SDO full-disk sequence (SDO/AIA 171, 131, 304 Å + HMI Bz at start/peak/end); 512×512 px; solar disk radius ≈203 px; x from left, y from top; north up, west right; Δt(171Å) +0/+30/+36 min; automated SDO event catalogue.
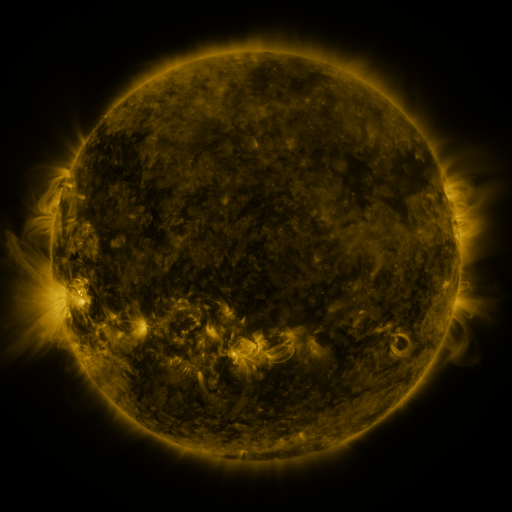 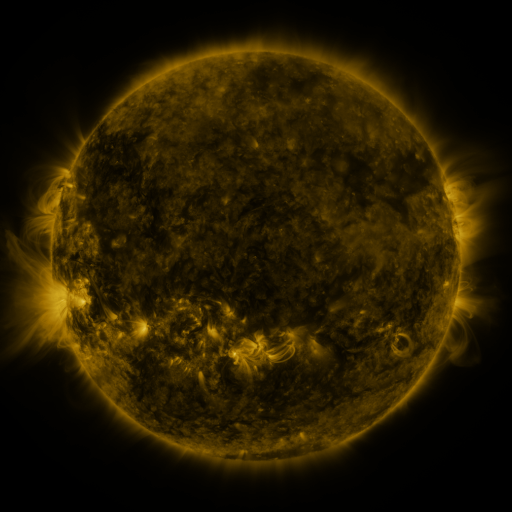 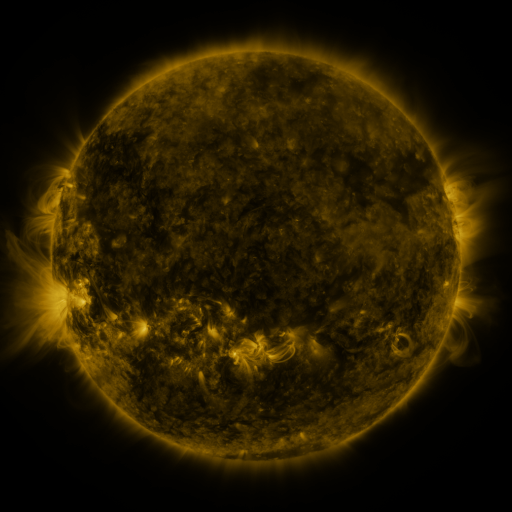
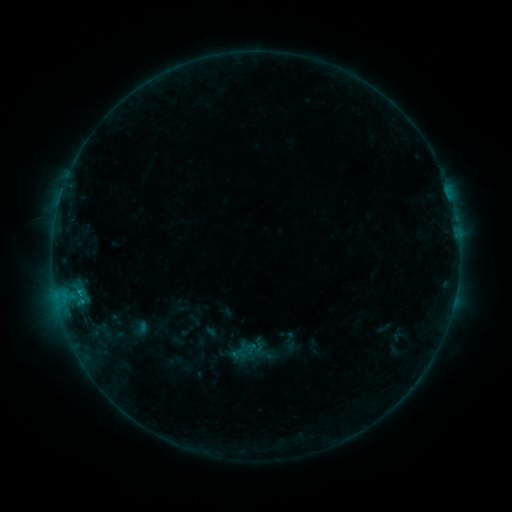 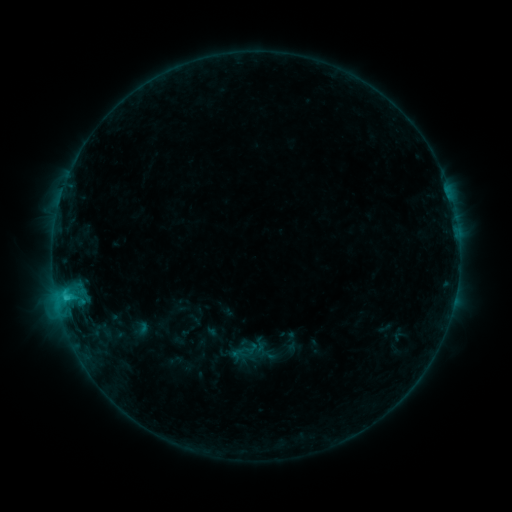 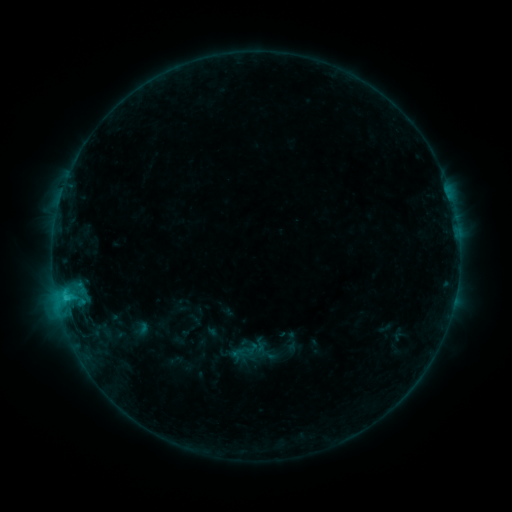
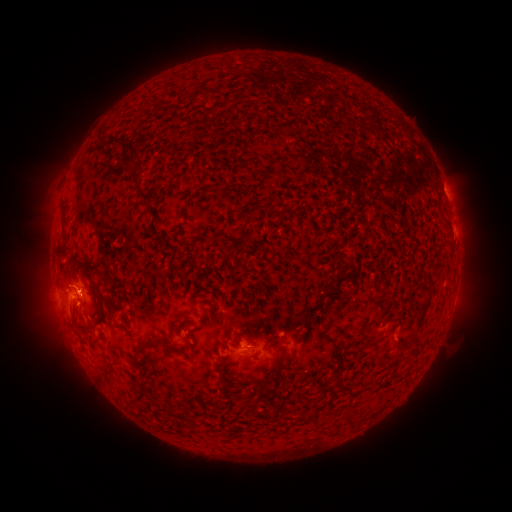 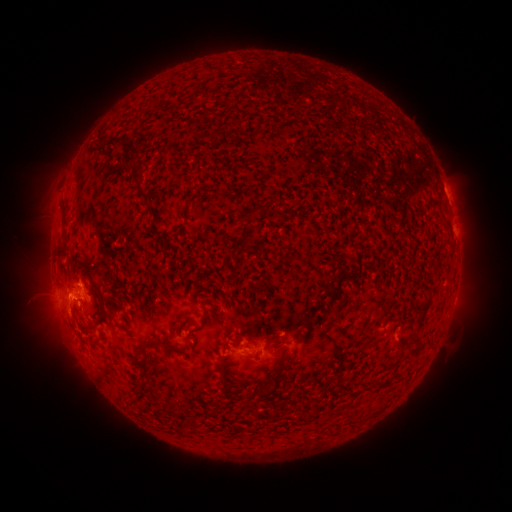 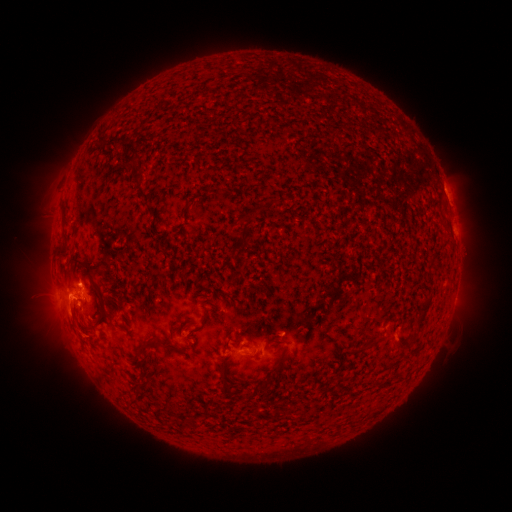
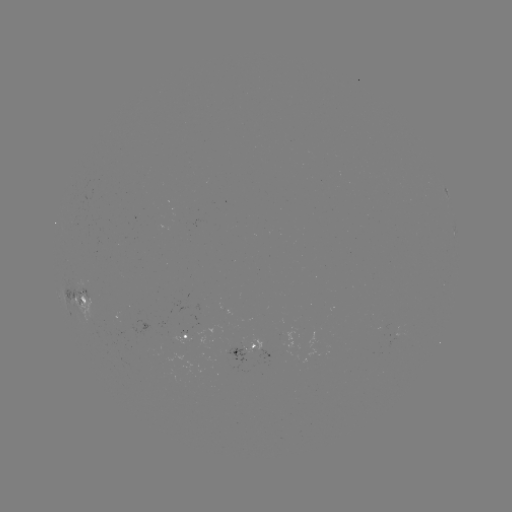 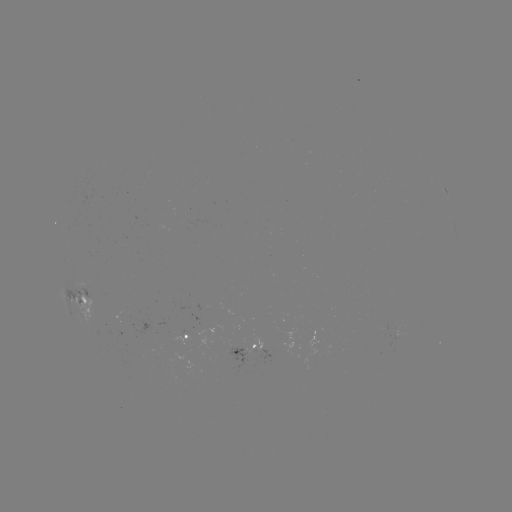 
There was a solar flare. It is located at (66, 297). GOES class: C1.5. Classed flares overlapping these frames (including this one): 1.